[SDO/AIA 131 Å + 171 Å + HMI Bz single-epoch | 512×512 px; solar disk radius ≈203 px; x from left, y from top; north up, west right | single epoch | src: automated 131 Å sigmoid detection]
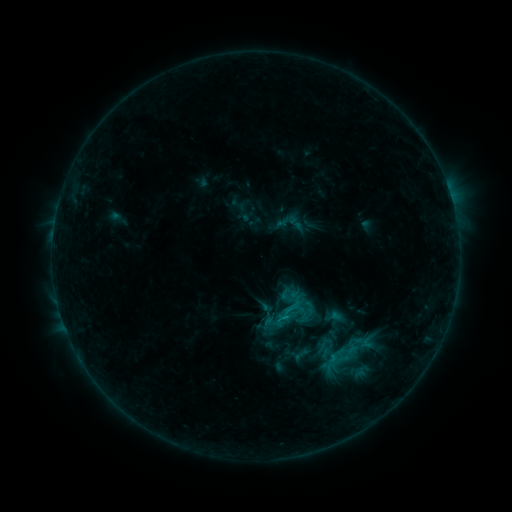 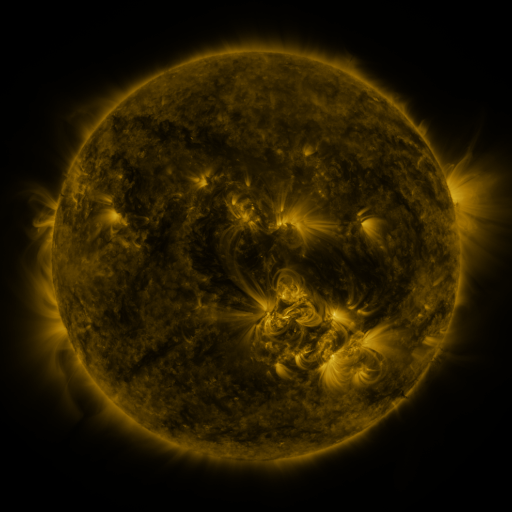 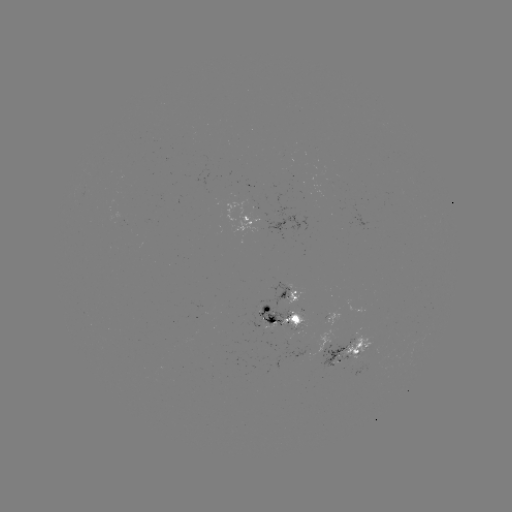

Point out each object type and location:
sigmoid: [273, 292, 309, 328]
